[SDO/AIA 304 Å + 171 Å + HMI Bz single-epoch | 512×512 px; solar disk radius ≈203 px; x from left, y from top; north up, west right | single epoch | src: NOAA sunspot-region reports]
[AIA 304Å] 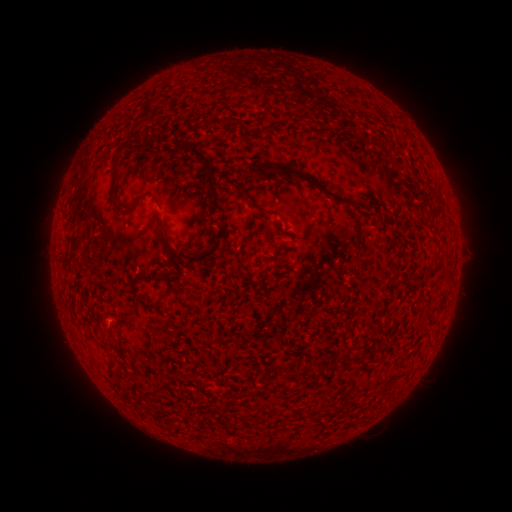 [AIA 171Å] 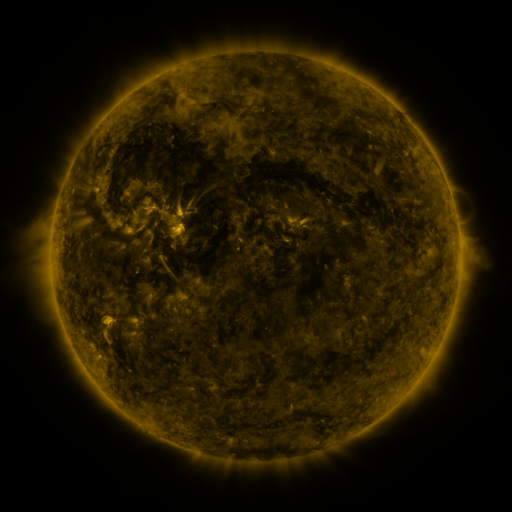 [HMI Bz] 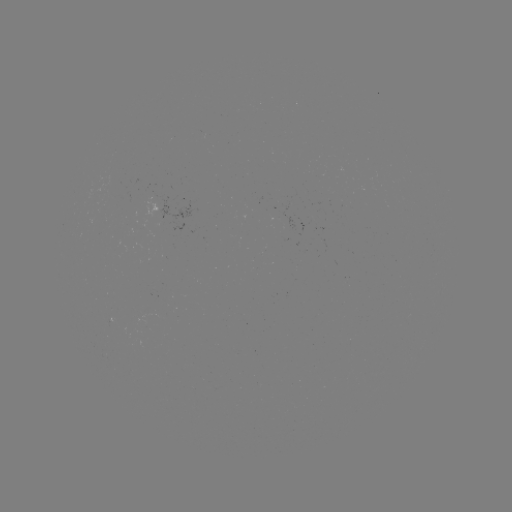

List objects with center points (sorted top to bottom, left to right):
(none)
